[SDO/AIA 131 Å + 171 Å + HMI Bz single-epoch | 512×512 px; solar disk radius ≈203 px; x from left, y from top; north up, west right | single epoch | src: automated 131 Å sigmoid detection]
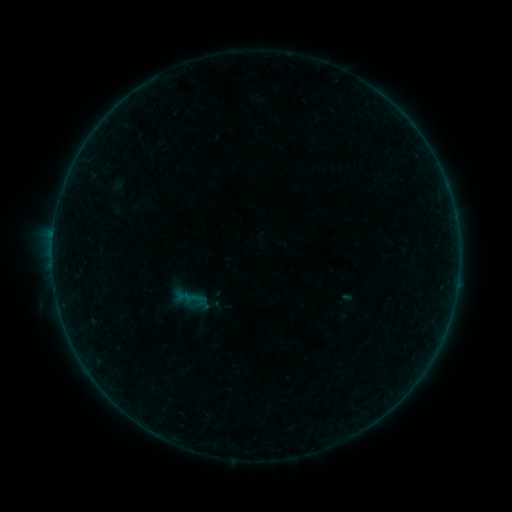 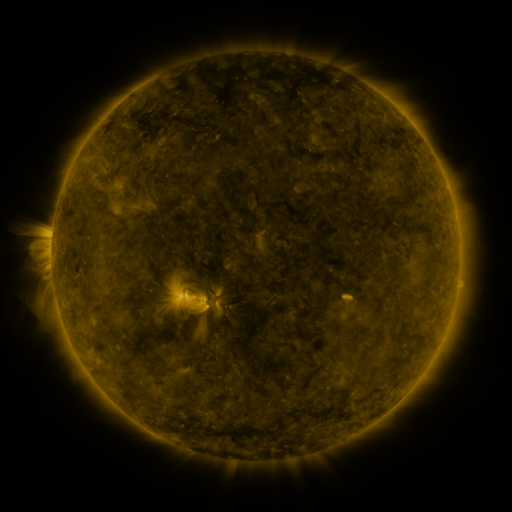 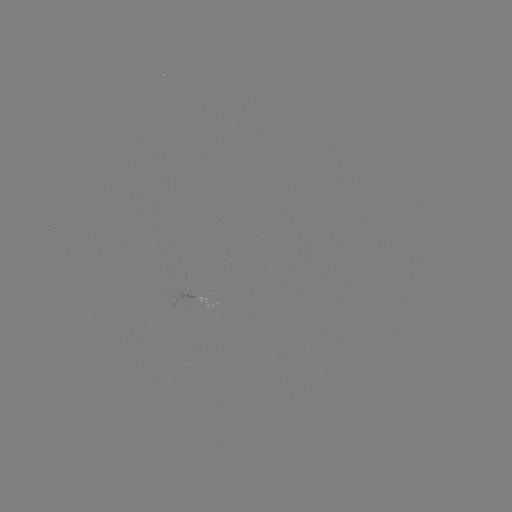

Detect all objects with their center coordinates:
sigmoid: (194, 300)
